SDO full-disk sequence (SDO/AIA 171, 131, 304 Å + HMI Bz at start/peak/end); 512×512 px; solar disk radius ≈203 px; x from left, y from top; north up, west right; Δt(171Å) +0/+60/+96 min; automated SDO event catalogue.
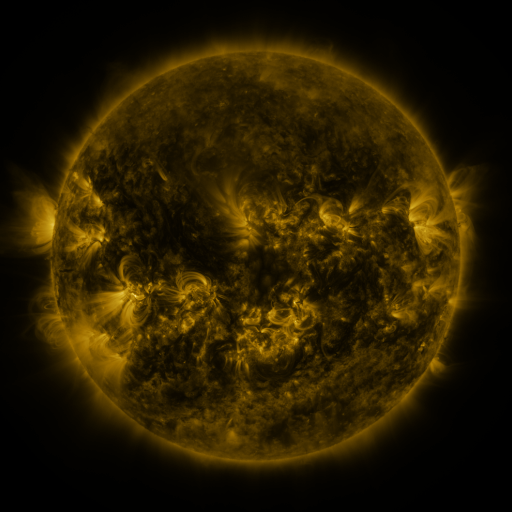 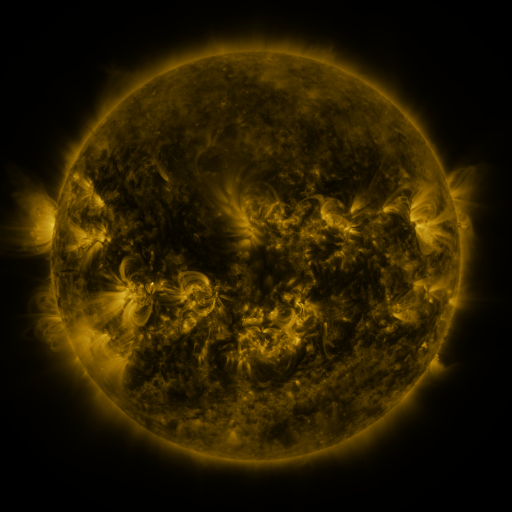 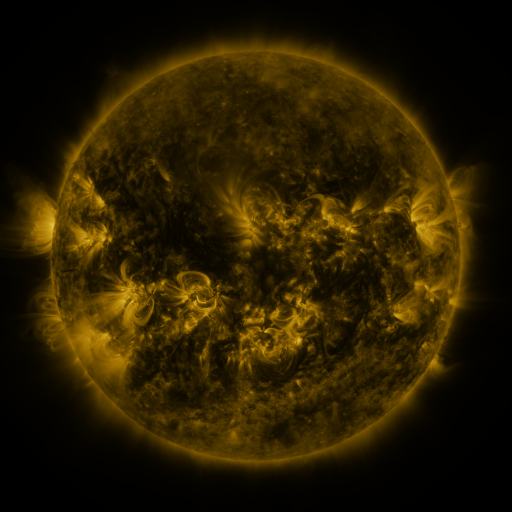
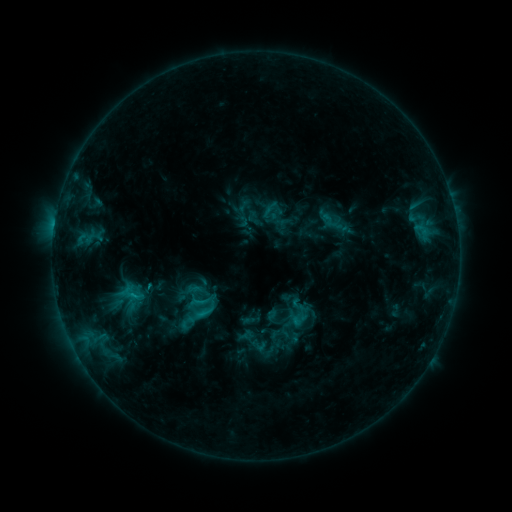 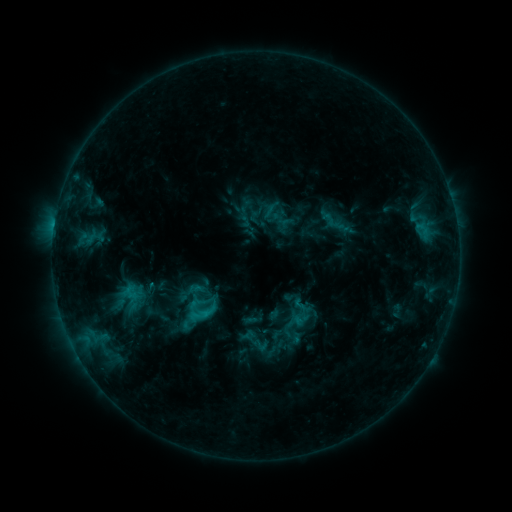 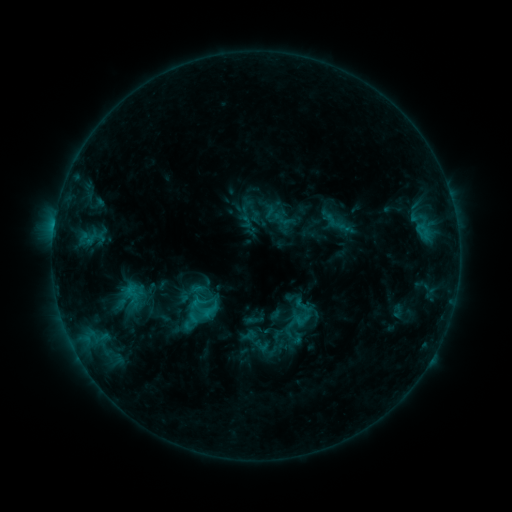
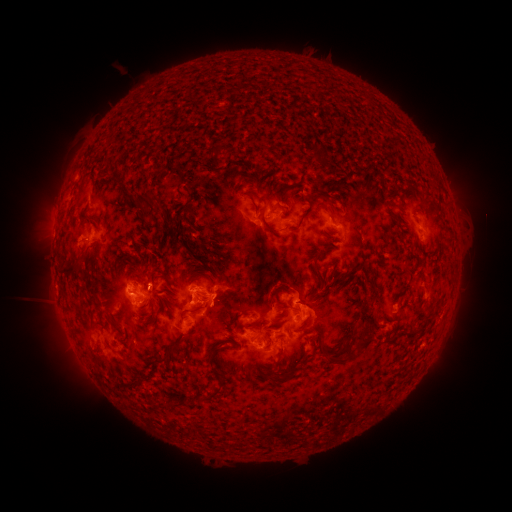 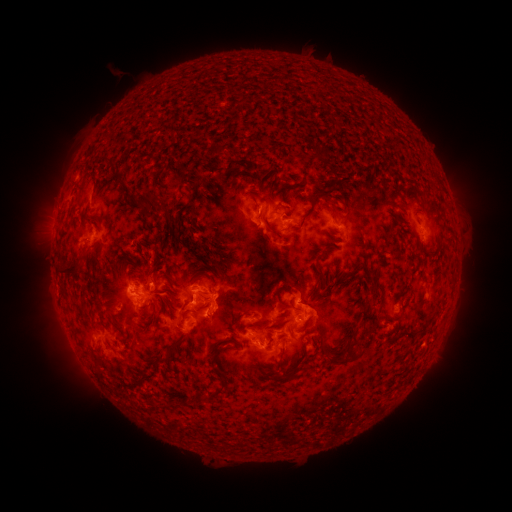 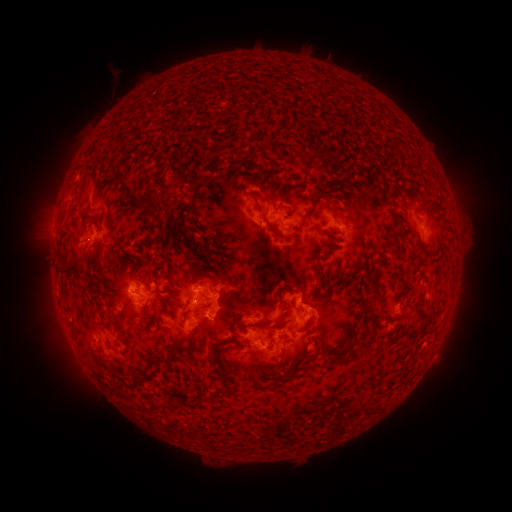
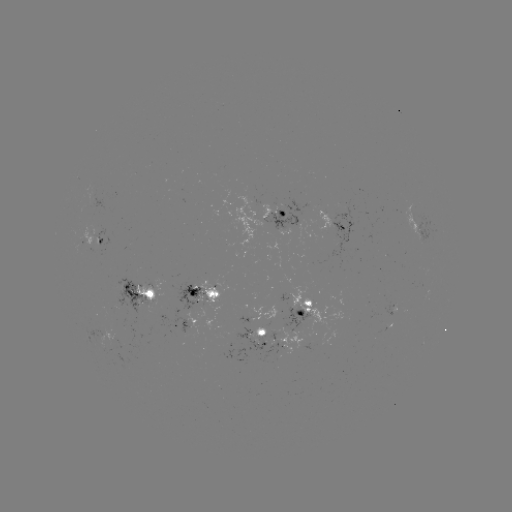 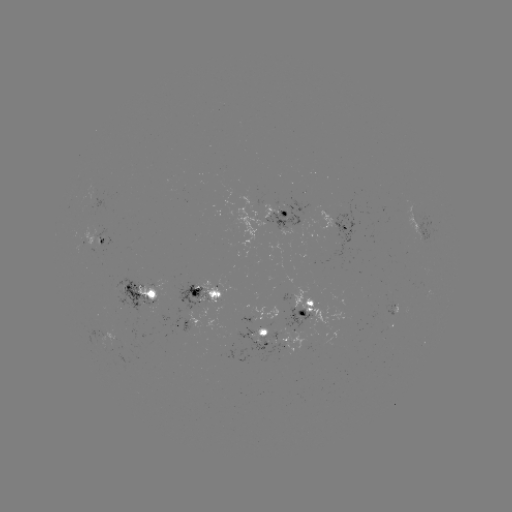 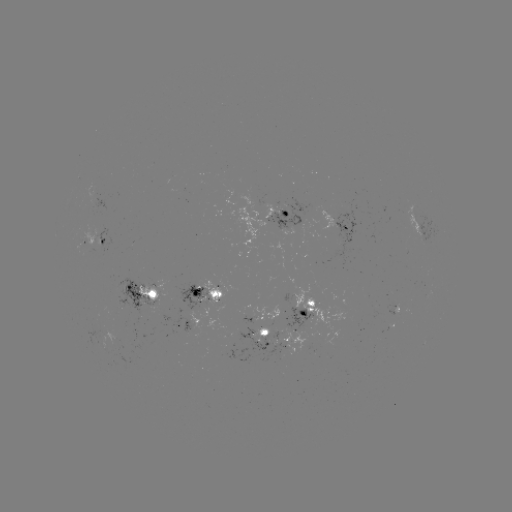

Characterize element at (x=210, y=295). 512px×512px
emerging-flux region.